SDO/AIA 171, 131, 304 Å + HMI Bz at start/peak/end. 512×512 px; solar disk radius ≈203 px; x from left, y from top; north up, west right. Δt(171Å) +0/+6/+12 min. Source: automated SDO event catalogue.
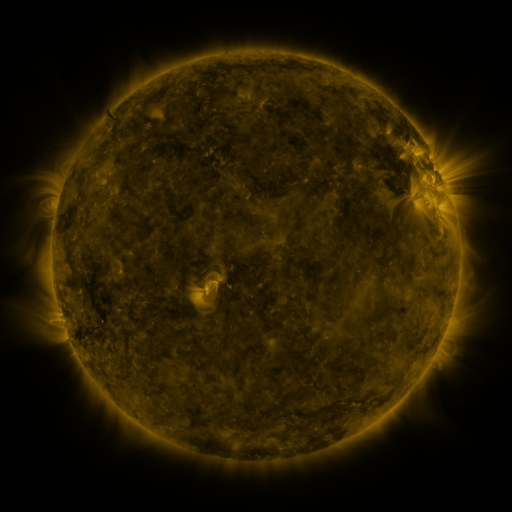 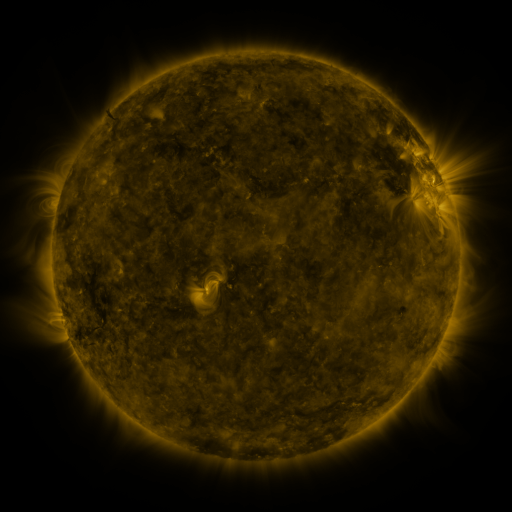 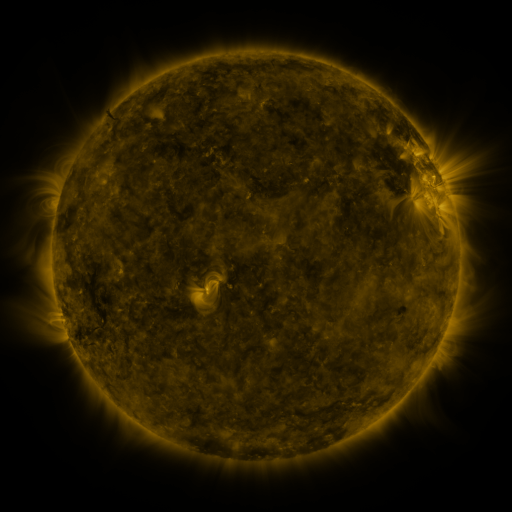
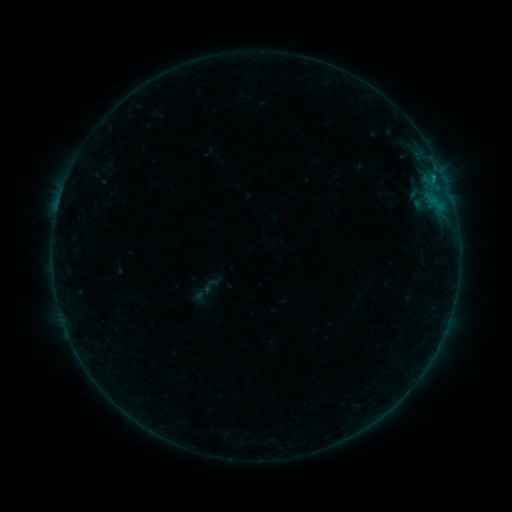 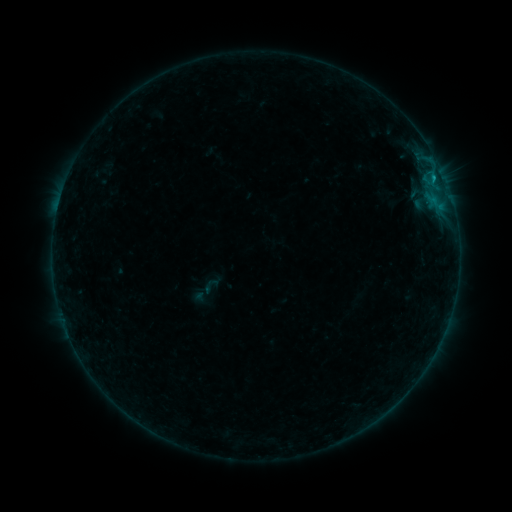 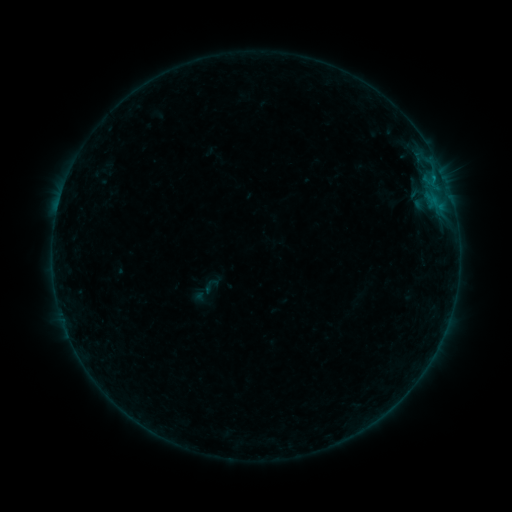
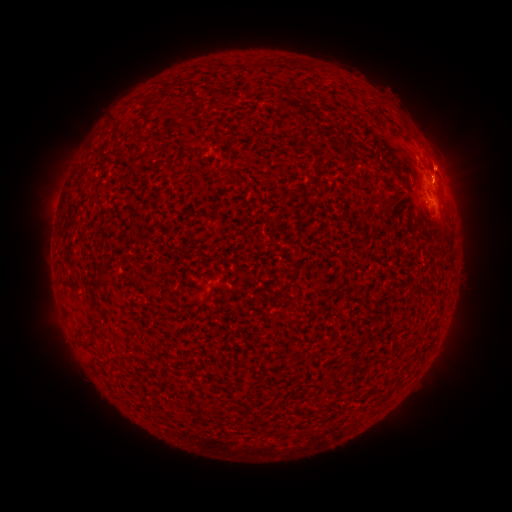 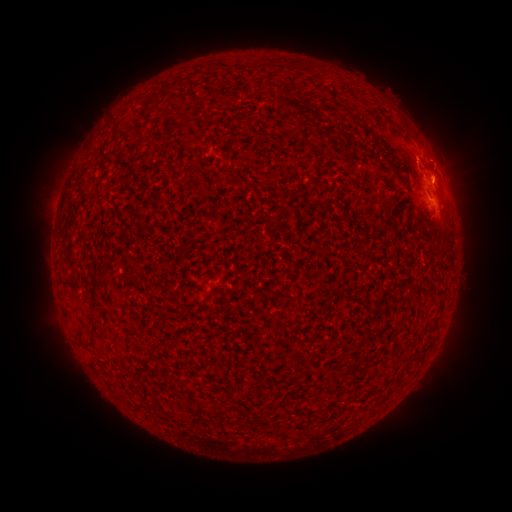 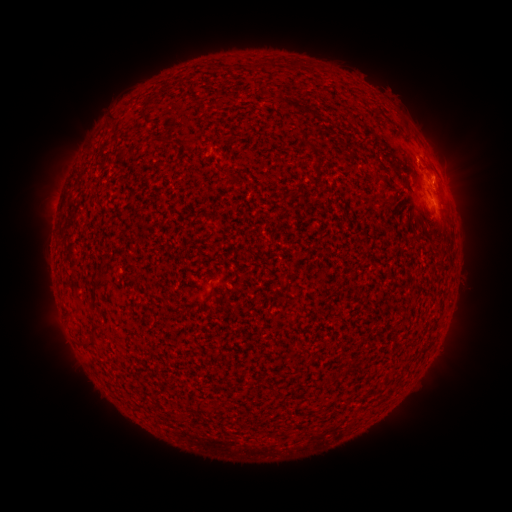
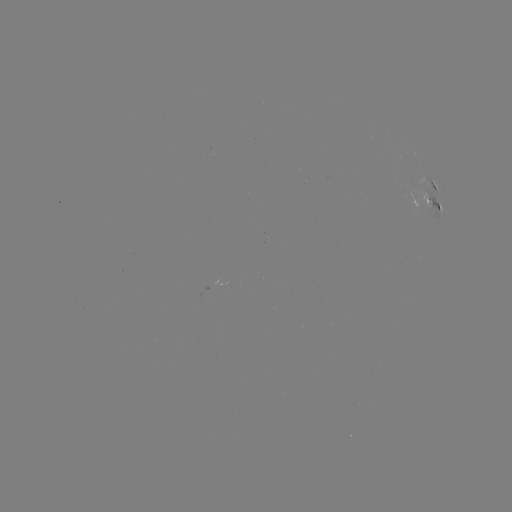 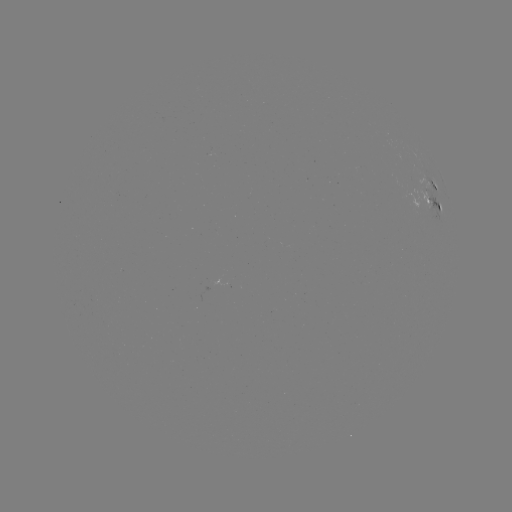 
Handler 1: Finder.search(B6.1 flare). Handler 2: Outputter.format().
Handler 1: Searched B6.1 flare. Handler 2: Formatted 432,183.